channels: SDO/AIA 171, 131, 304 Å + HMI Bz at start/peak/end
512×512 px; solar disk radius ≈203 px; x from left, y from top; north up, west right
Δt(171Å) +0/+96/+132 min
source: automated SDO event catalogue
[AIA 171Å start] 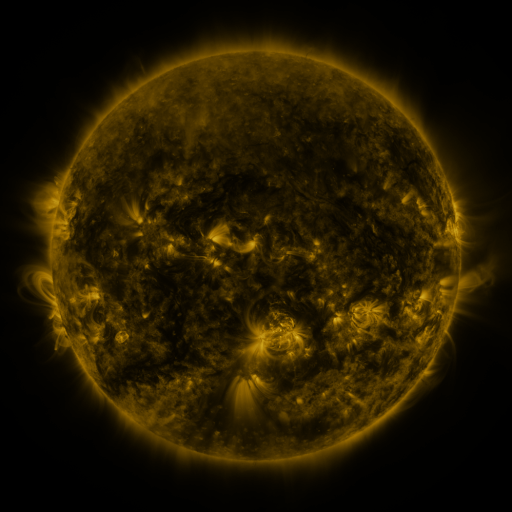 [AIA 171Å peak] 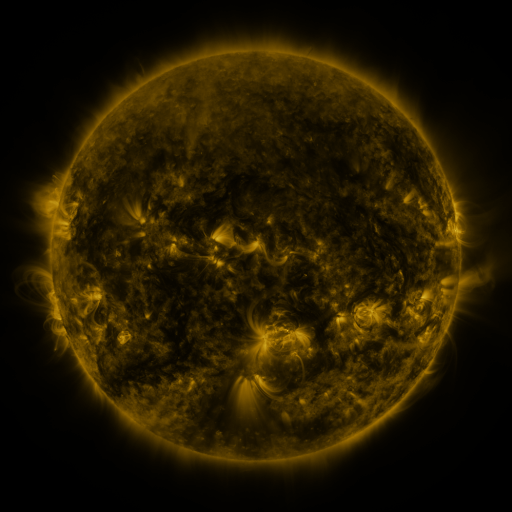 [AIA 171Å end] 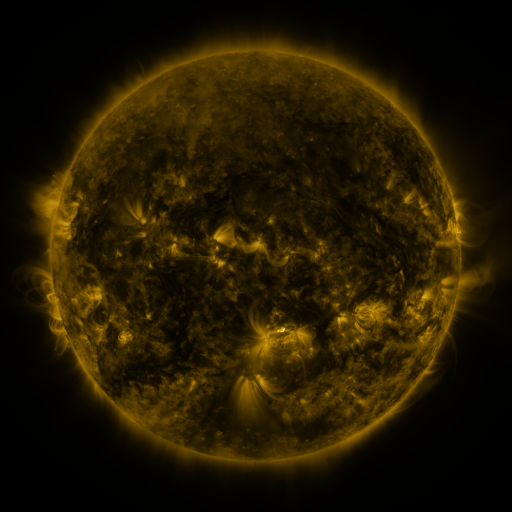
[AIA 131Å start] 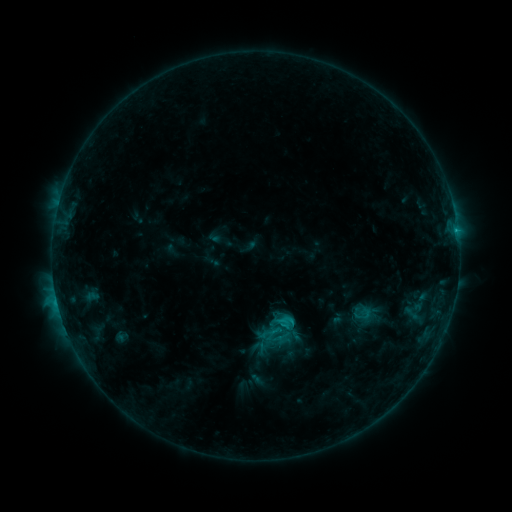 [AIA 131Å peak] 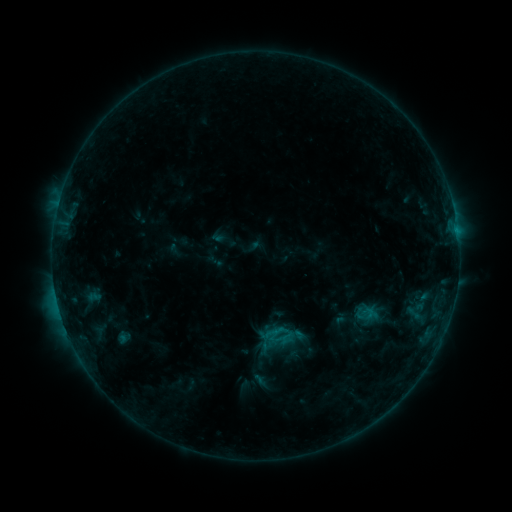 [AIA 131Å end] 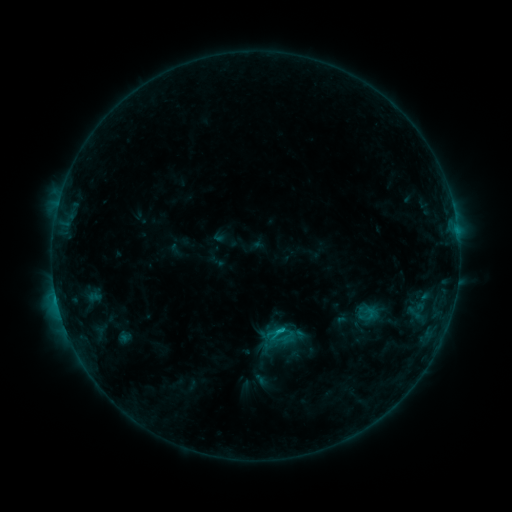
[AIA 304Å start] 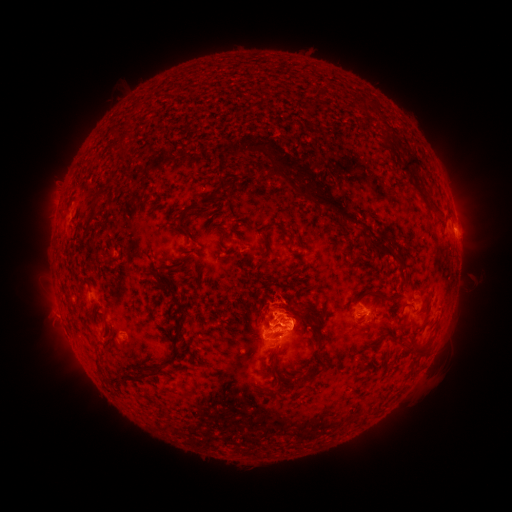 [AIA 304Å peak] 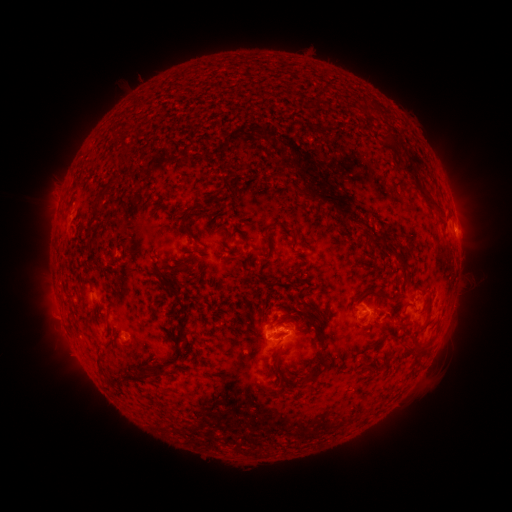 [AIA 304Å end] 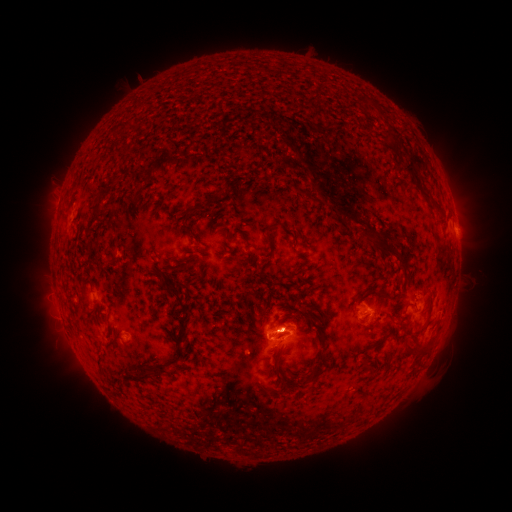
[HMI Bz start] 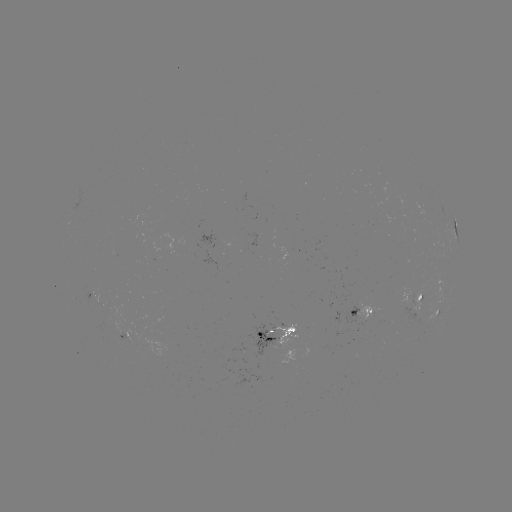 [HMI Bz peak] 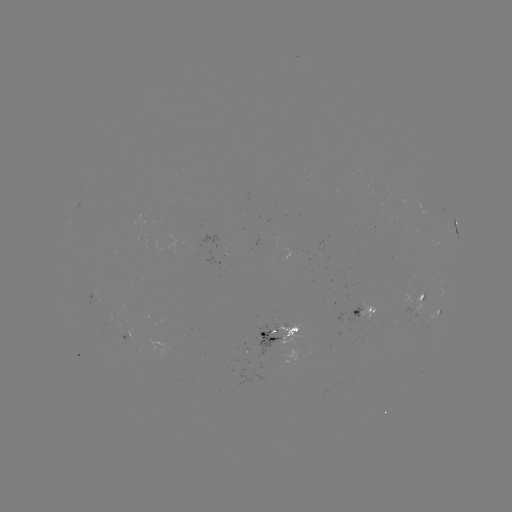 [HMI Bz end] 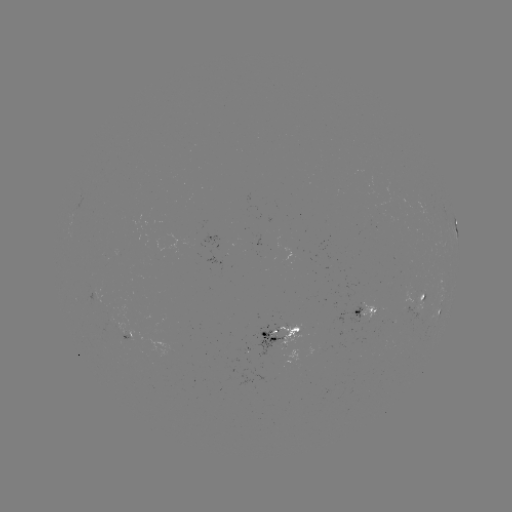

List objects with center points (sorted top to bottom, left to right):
emerging-flux region: (133, 342)
